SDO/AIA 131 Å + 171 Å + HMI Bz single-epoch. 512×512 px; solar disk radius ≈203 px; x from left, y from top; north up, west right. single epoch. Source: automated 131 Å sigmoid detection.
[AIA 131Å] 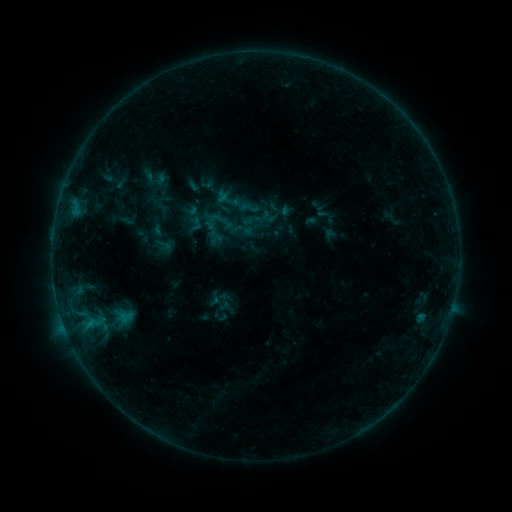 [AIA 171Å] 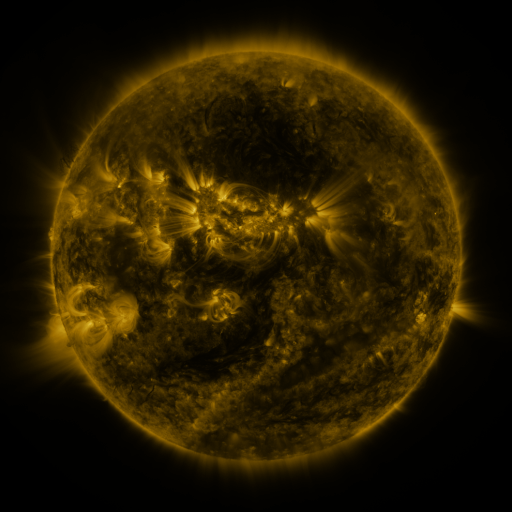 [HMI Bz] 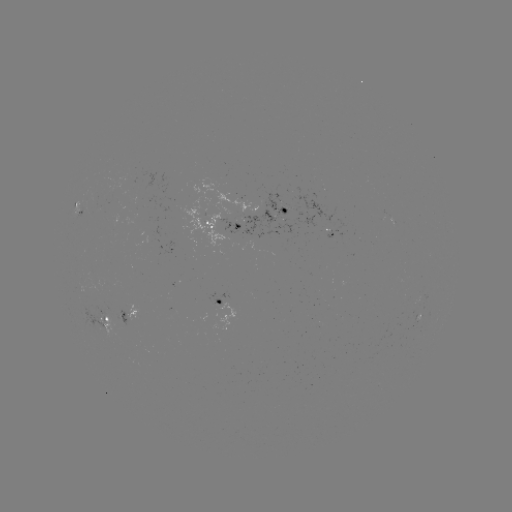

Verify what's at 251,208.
sigmoid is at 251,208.